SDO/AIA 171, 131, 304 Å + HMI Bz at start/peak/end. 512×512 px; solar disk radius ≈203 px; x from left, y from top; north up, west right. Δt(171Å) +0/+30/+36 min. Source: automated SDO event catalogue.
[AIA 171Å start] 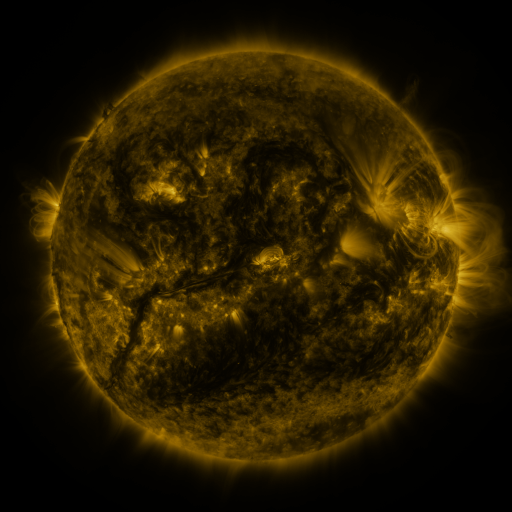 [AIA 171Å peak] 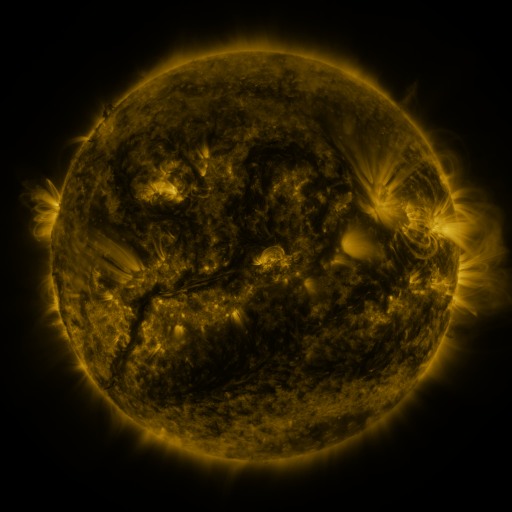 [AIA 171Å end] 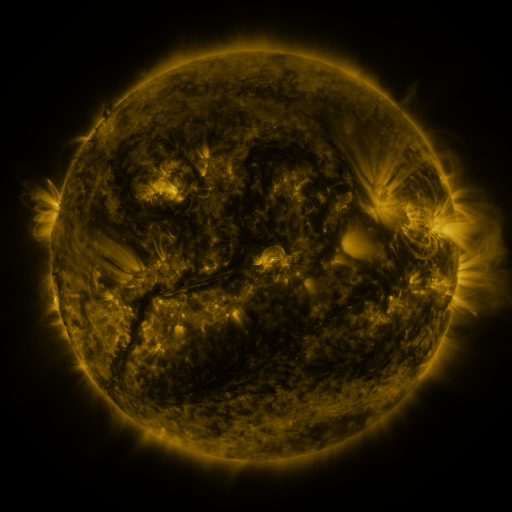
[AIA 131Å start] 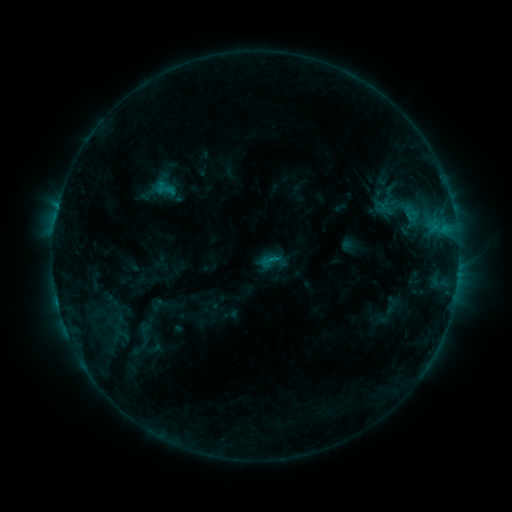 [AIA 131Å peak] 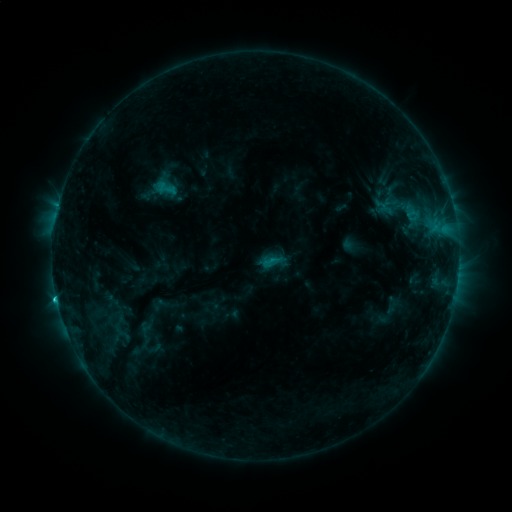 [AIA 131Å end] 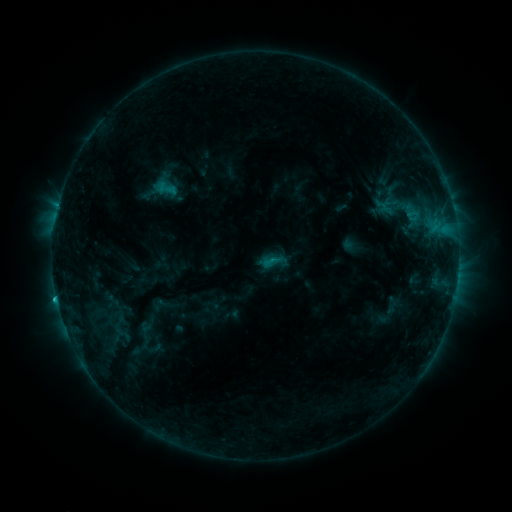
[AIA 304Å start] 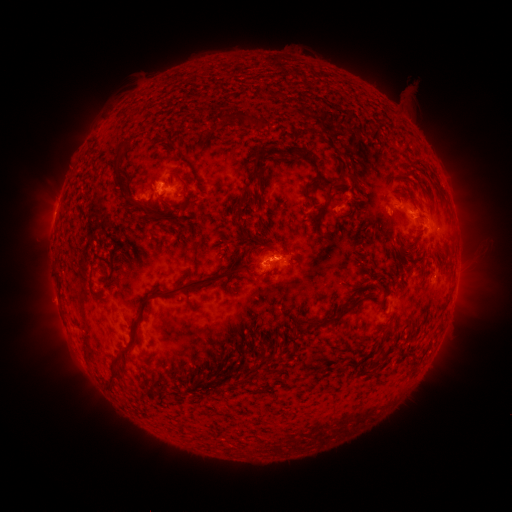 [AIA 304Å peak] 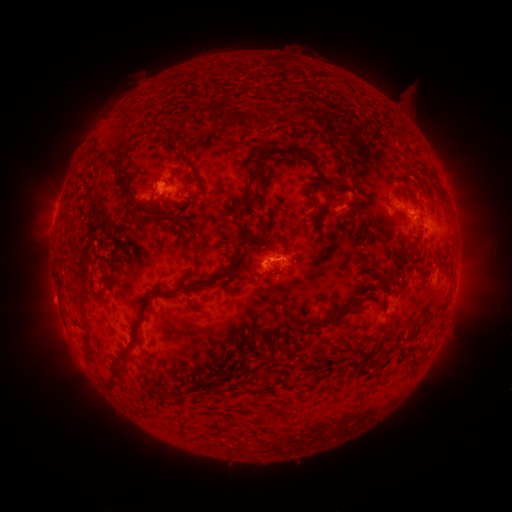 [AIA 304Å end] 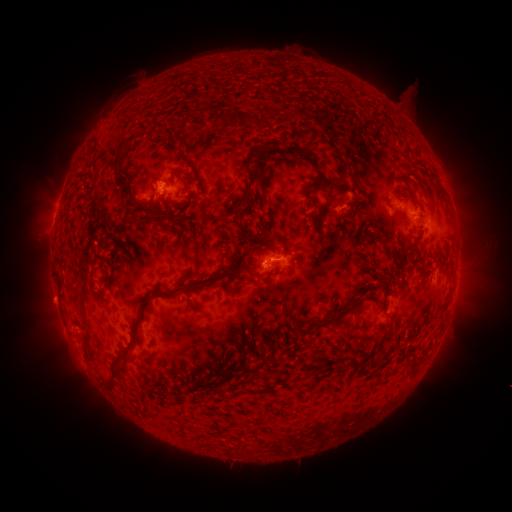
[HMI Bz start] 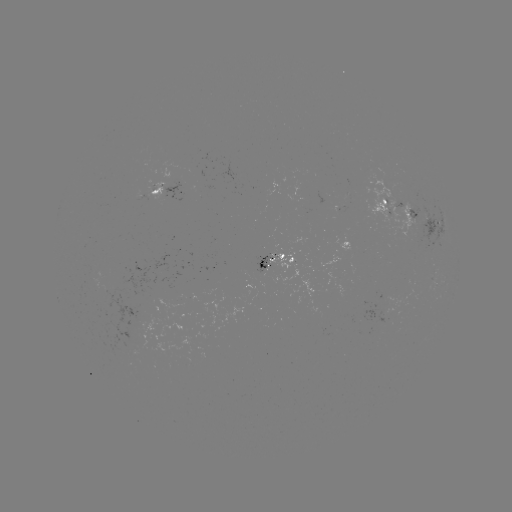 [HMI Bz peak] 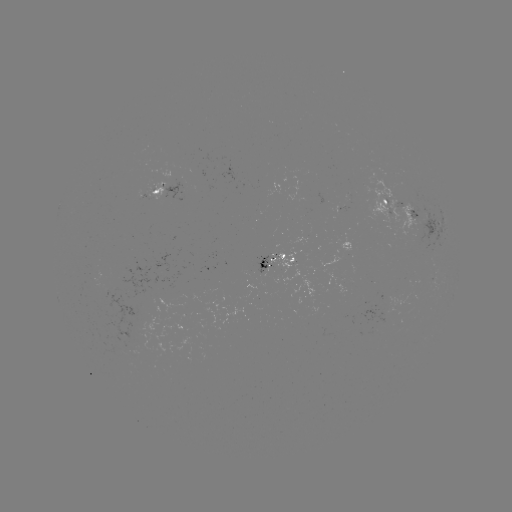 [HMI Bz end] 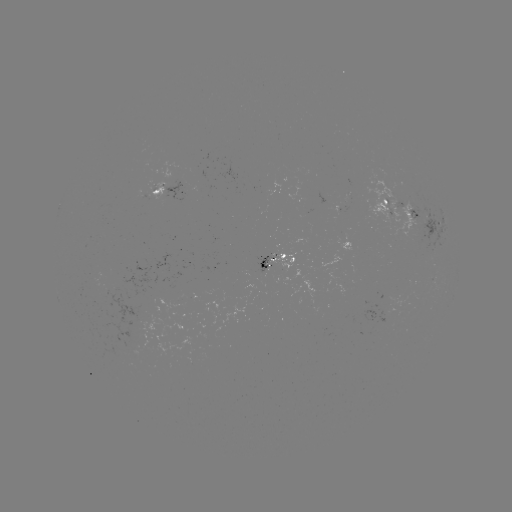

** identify C1.4 flare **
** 57,297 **